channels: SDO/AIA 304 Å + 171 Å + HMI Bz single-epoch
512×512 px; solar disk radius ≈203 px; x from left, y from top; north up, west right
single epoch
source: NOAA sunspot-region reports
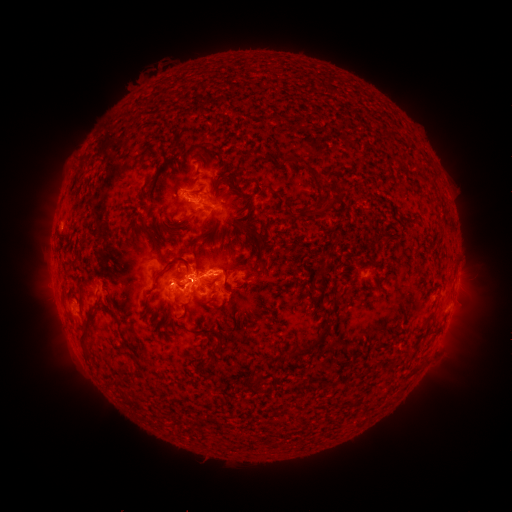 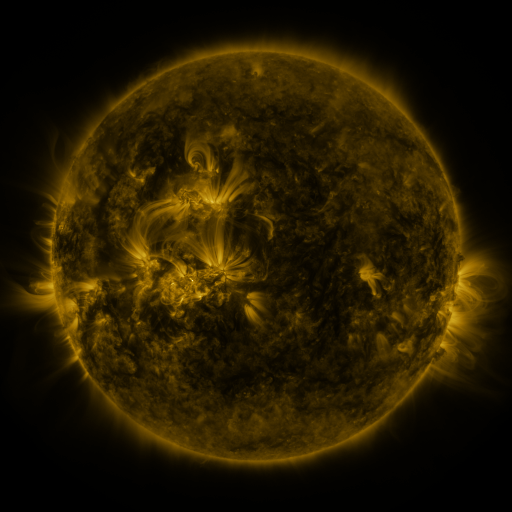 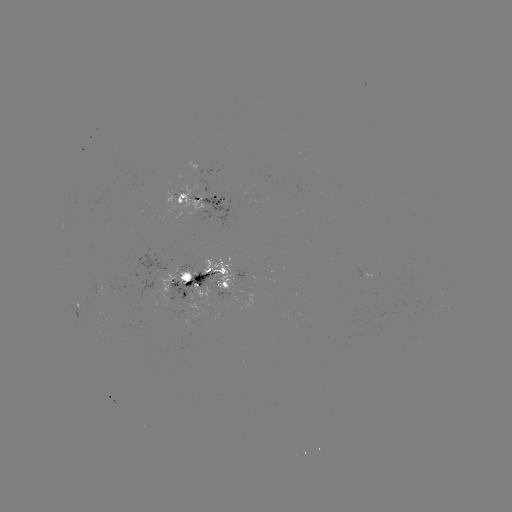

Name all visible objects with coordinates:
spotted active region: (203, 200)
spotted active region: (371, 273)
spotted active region: (201, 281)
